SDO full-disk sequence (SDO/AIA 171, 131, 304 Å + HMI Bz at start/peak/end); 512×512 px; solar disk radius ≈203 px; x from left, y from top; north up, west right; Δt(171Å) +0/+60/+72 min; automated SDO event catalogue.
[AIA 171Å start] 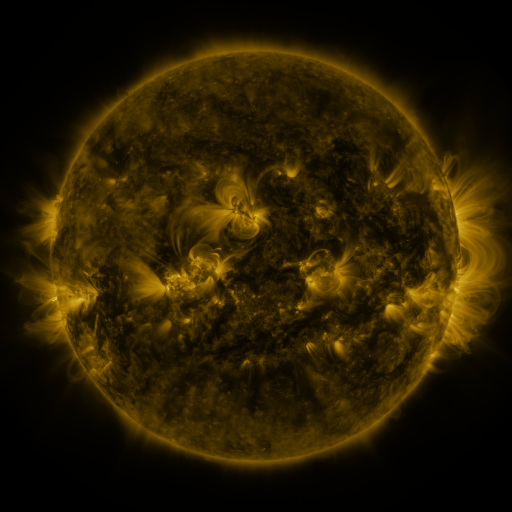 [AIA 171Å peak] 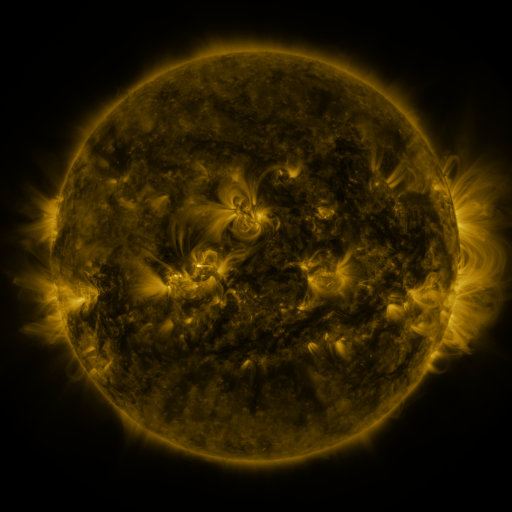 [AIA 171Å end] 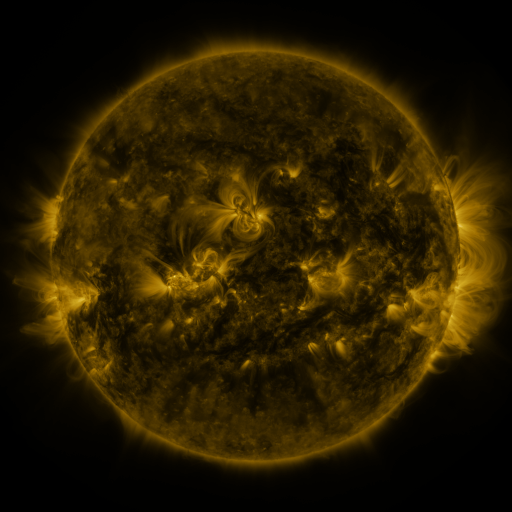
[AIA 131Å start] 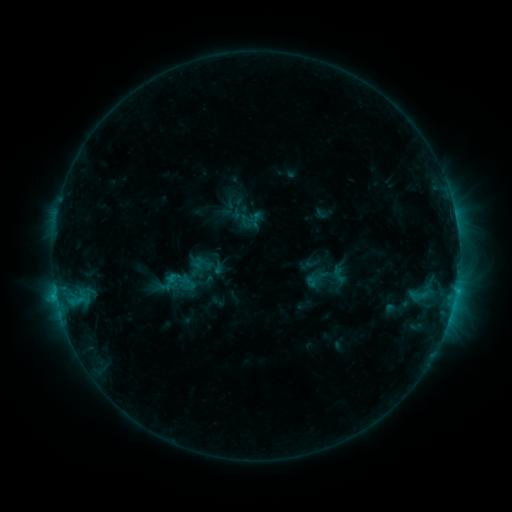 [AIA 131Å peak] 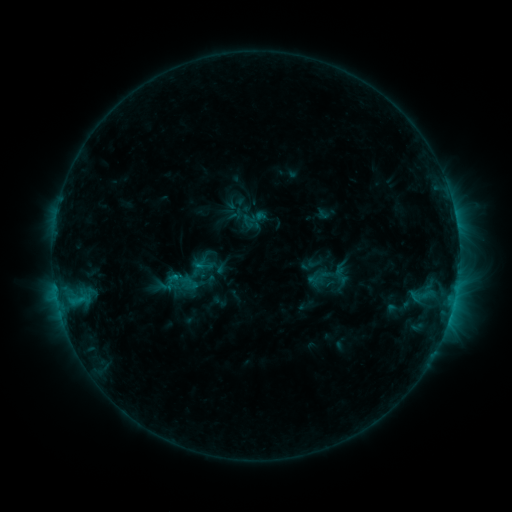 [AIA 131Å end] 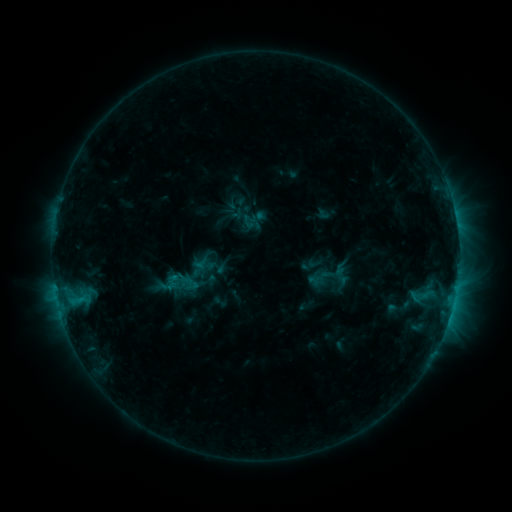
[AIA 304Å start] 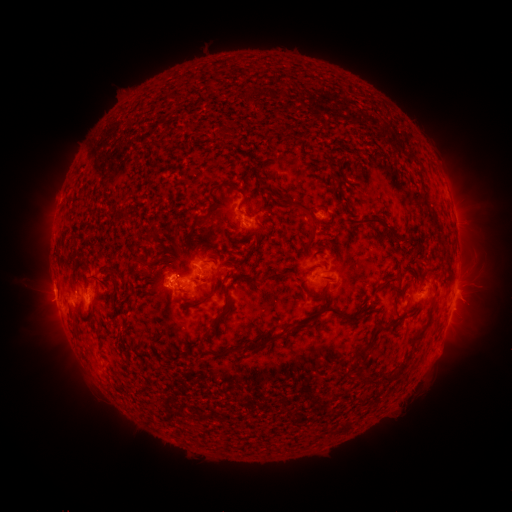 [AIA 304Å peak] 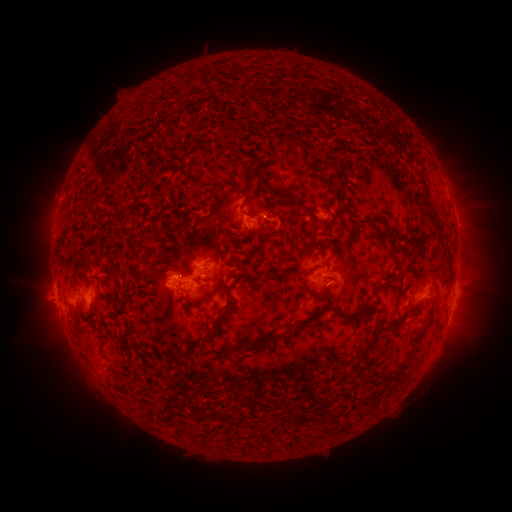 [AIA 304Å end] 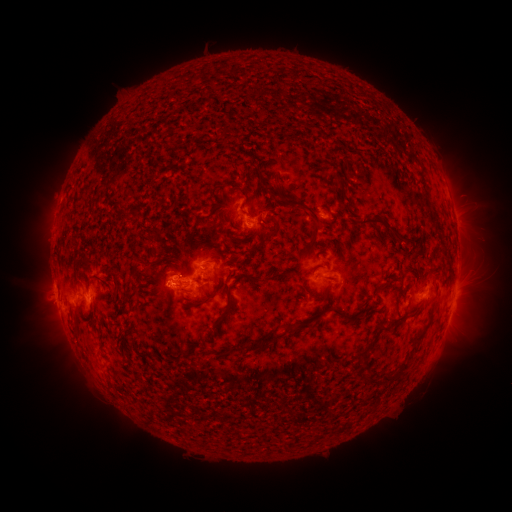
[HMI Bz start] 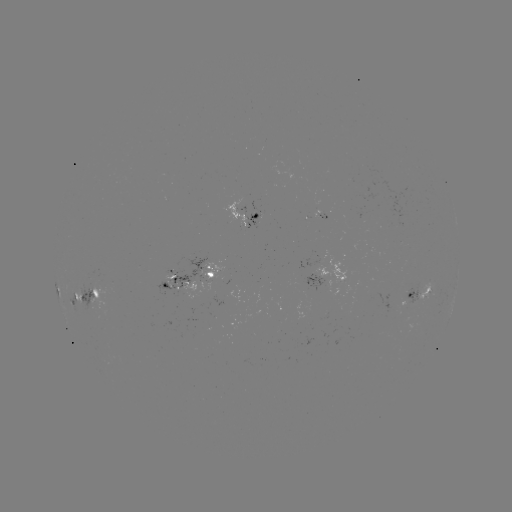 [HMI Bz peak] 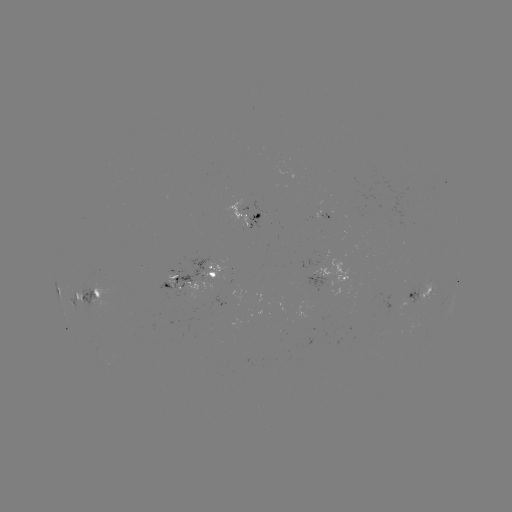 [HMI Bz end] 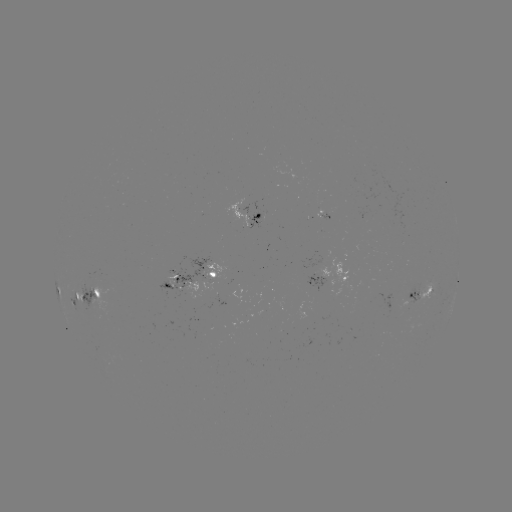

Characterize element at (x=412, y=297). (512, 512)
emerging-flux region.